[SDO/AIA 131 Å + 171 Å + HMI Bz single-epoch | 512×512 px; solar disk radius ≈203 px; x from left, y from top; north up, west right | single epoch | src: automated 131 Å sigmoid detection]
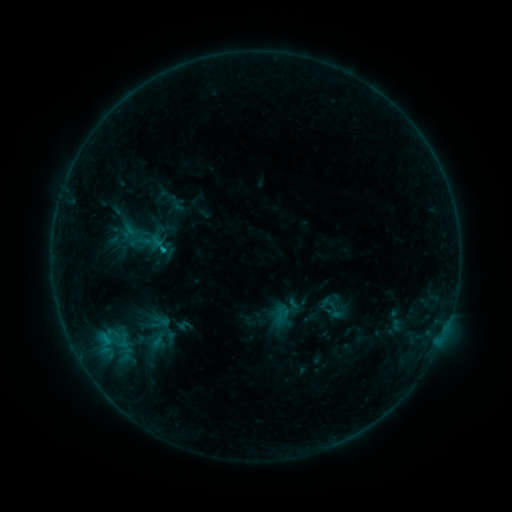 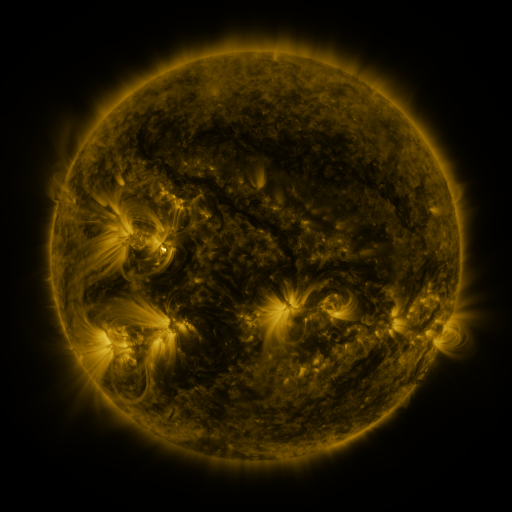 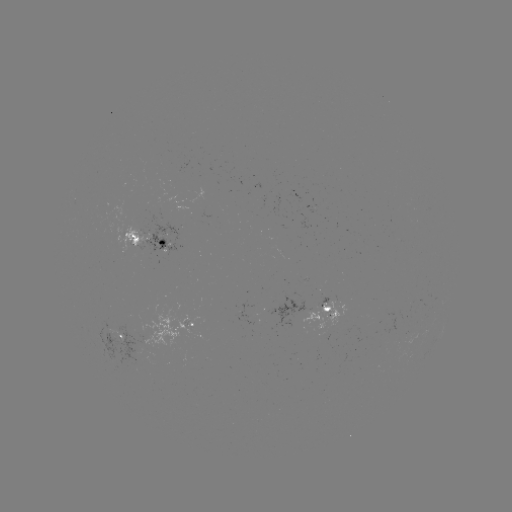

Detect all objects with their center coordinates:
sigmoid: <bbox>317, 292, 347, 322</bbox>
sigmoid: <bbox>150, 311, 173, 331</bbox>
sigmoid: <bbox>106, 329, 138, 353</bbox>
